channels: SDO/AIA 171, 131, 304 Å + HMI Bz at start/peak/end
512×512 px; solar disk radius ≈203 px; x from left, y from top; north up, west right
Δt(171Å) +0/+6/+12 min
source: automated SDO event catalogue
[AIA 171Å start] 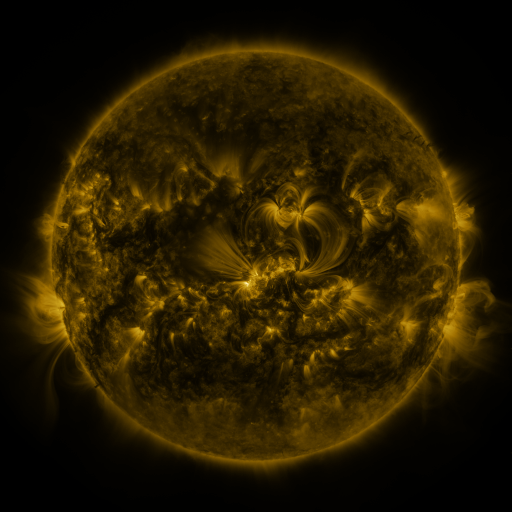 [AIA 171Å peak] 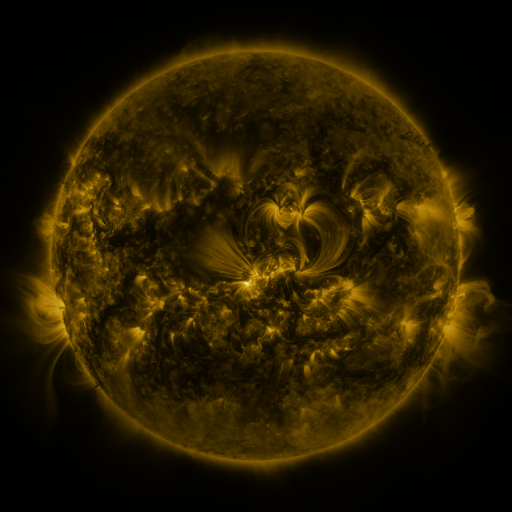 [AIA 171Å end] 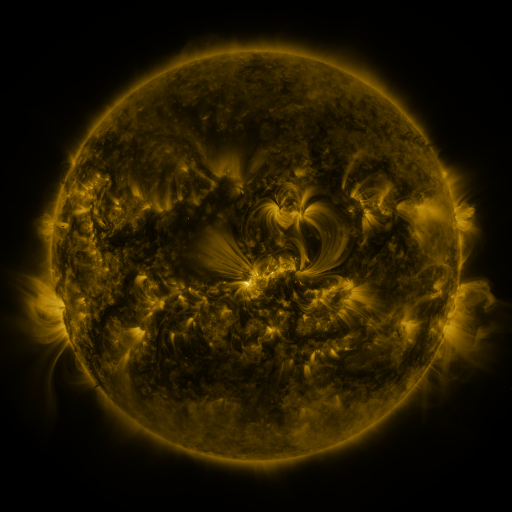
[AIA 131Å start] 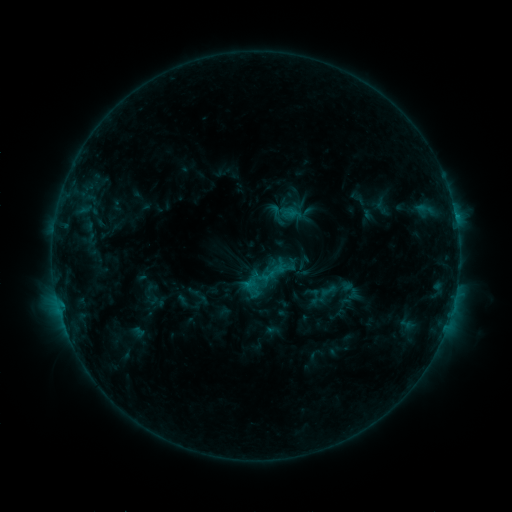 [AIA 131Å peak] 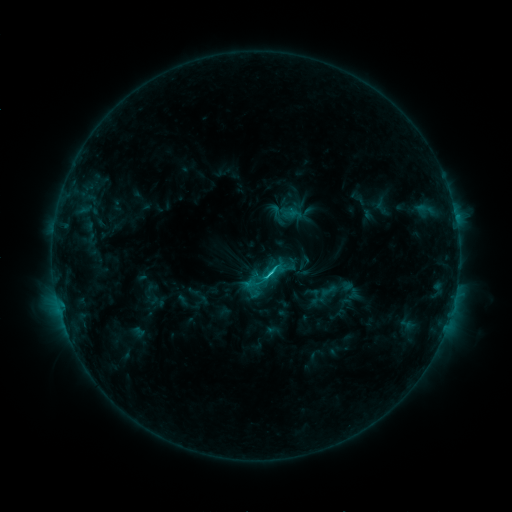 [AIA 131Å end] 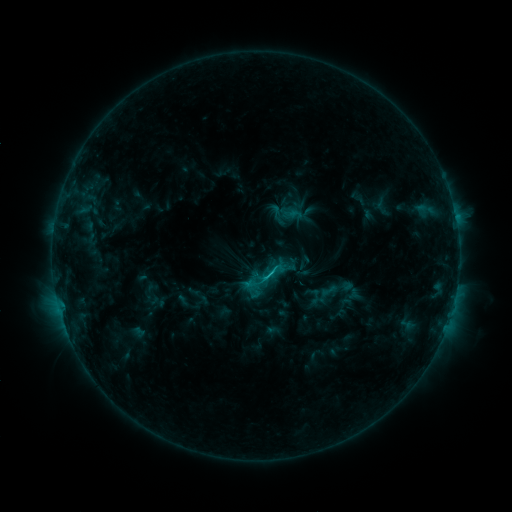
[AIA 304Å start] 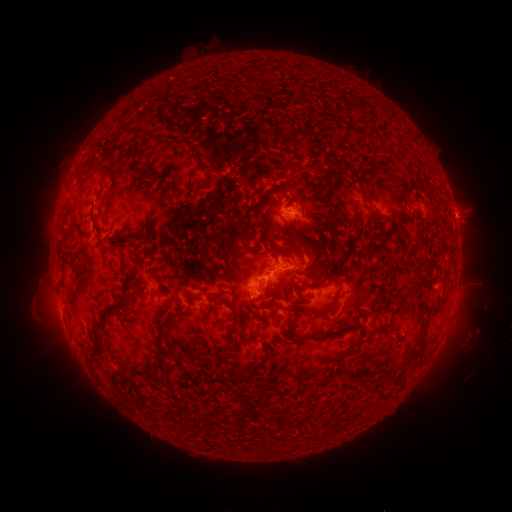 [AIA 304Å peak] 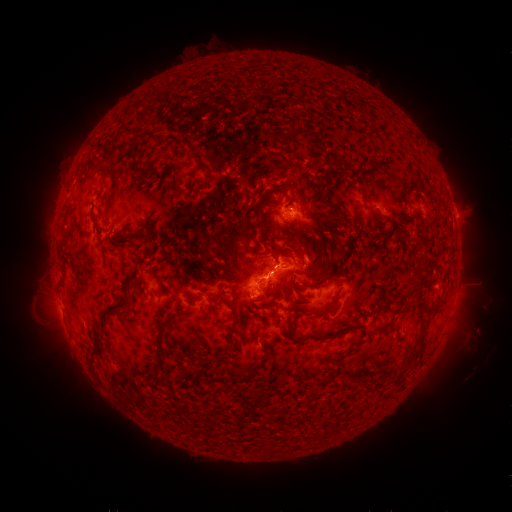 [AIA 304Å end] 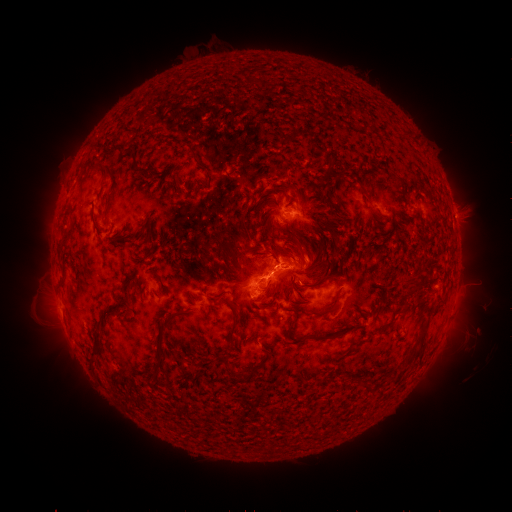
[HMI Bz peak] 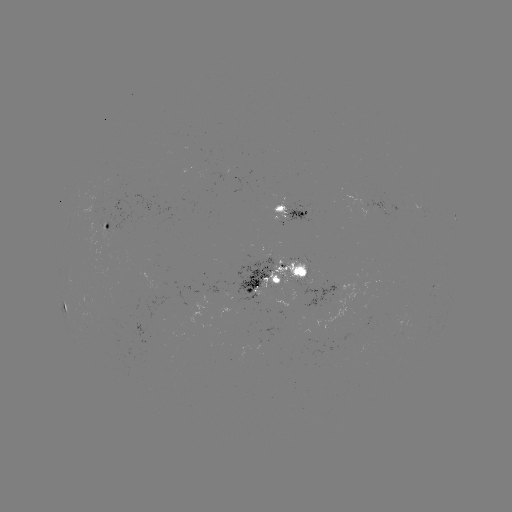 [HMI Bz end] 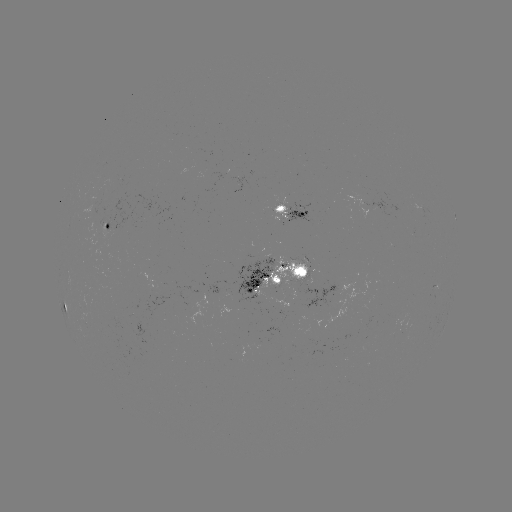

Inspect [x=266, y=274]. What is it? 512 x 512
C1.9 flare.